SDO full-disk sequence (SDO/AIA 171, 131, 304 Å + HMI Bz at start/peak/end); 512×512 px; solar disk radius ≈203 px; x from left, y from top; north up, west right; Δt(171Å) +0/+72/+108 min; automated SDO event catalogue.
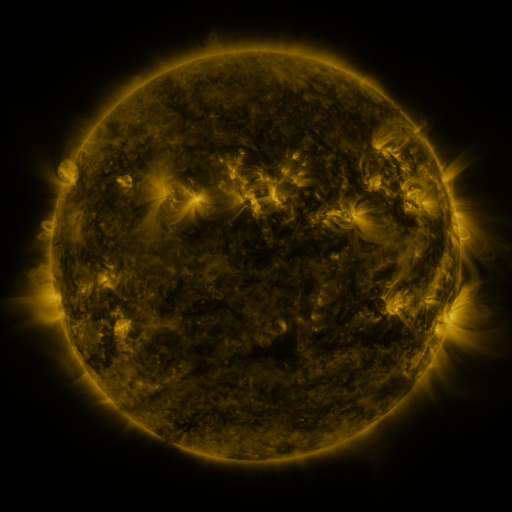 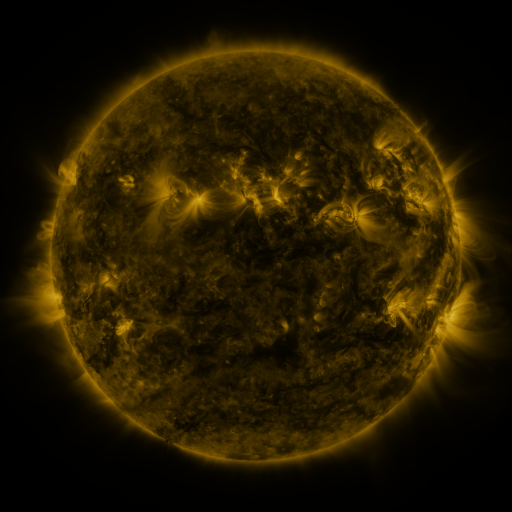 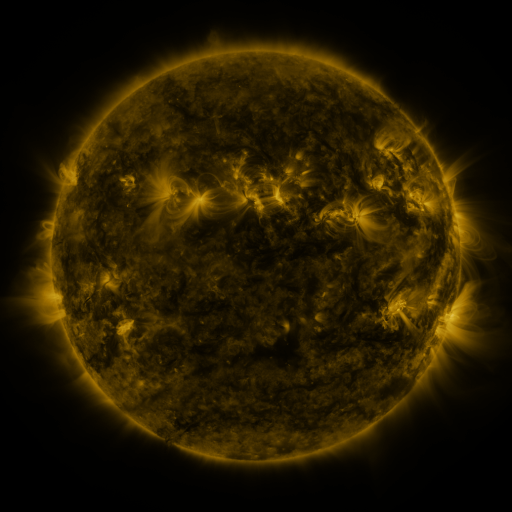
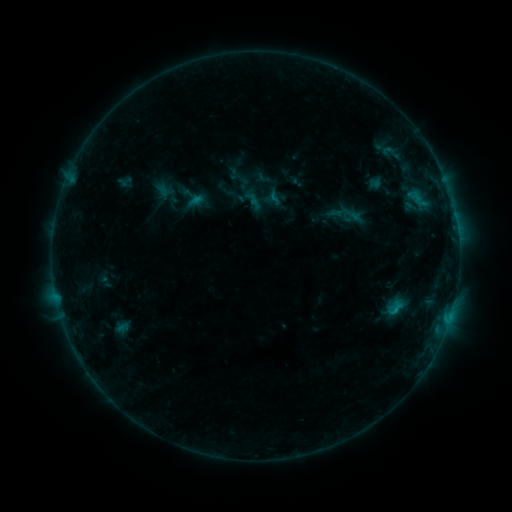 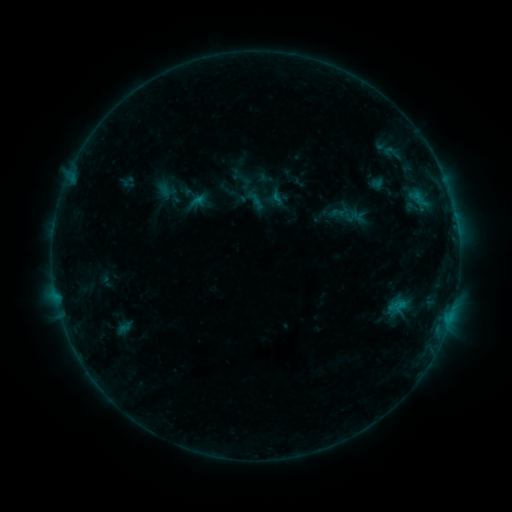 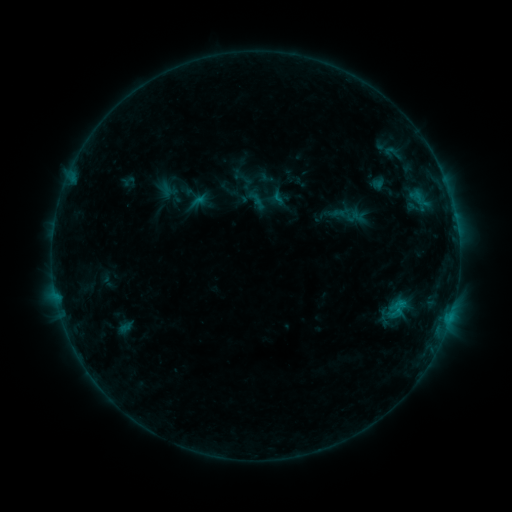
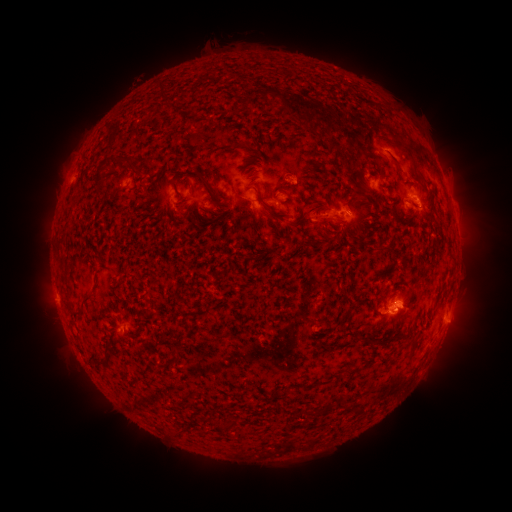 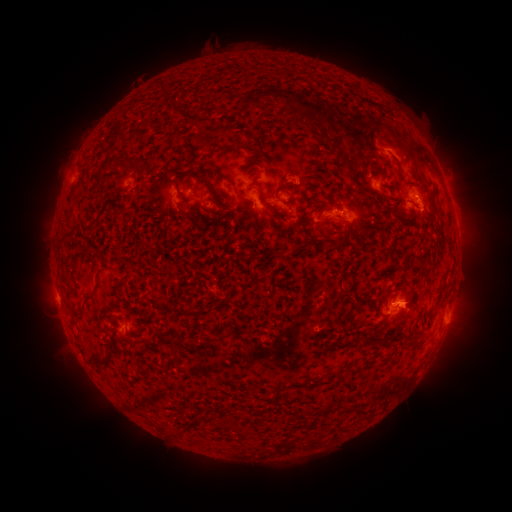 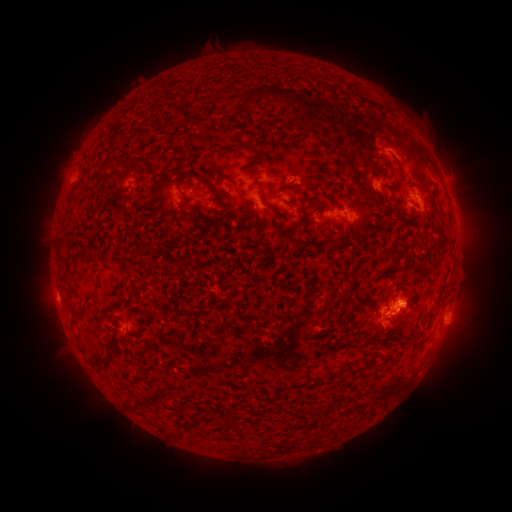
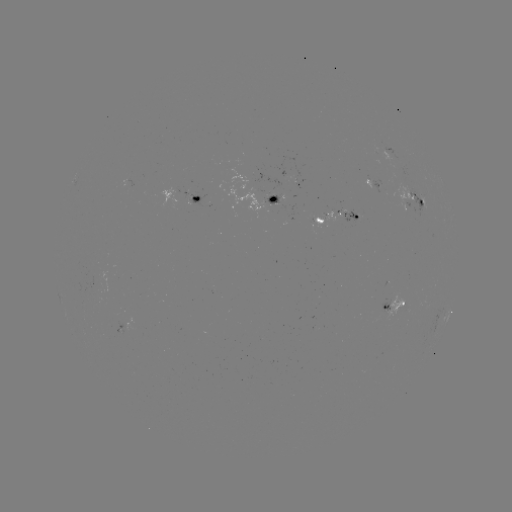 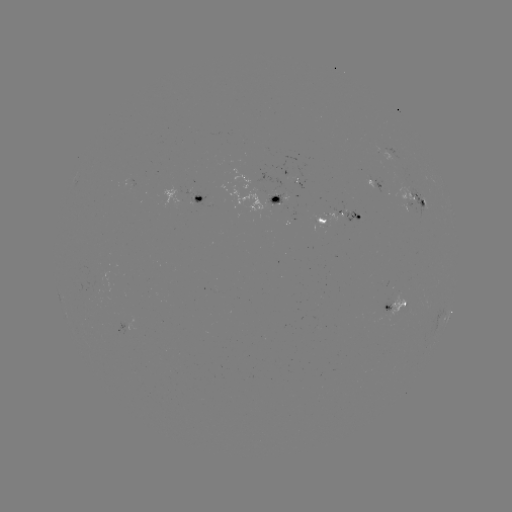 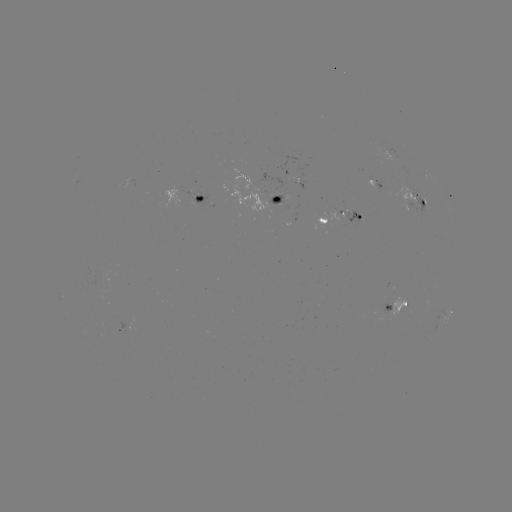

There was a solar emerging-flux region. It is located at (384, 311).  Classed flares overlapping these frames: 1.